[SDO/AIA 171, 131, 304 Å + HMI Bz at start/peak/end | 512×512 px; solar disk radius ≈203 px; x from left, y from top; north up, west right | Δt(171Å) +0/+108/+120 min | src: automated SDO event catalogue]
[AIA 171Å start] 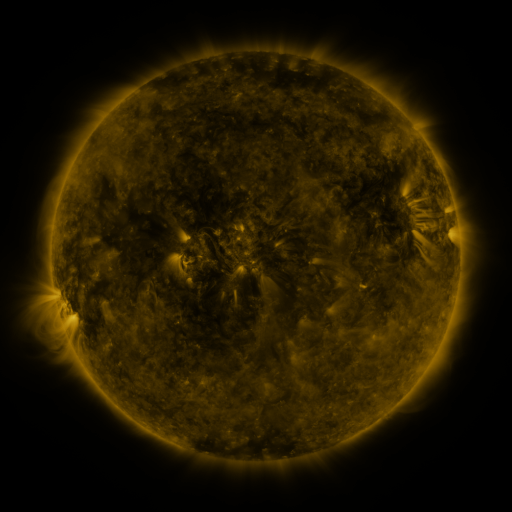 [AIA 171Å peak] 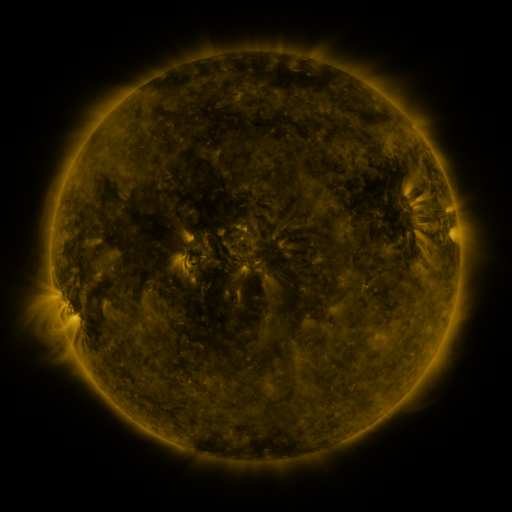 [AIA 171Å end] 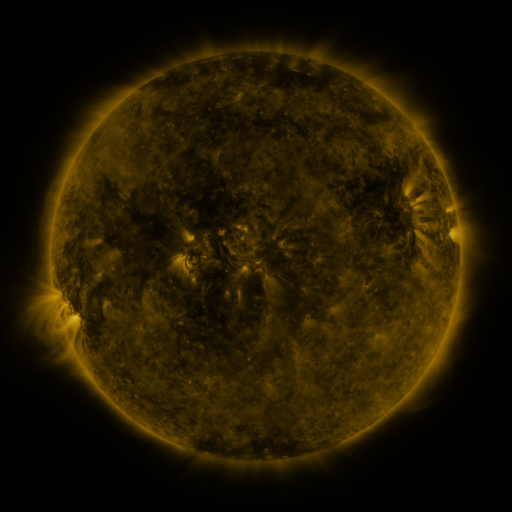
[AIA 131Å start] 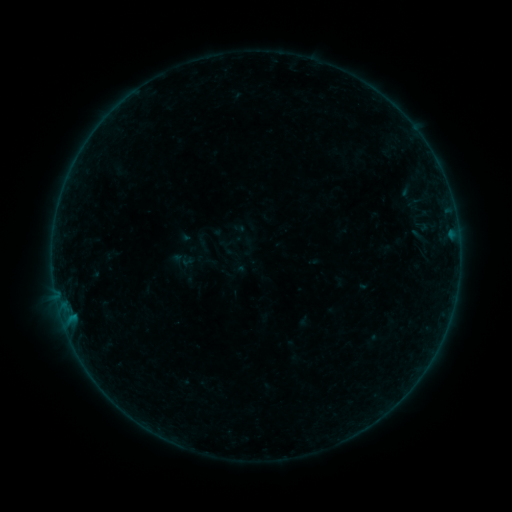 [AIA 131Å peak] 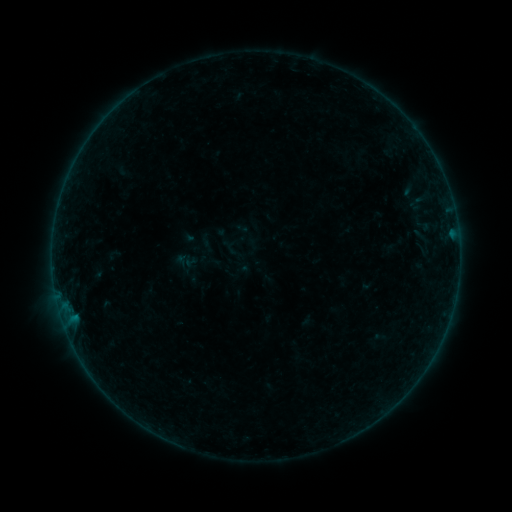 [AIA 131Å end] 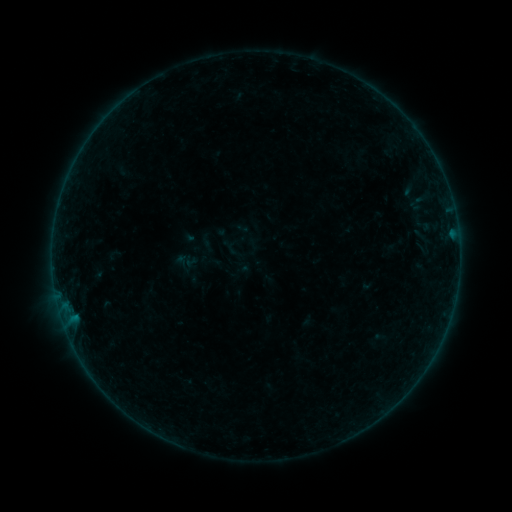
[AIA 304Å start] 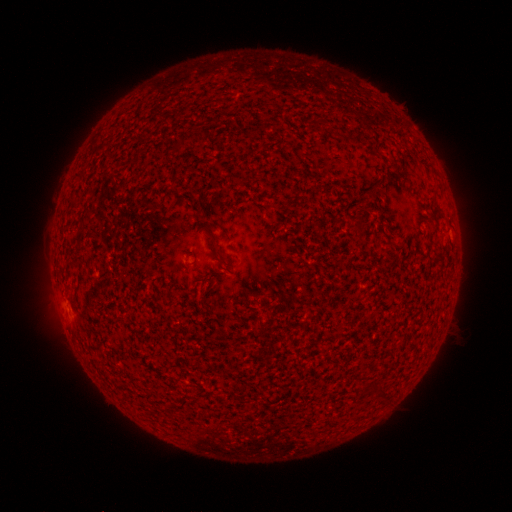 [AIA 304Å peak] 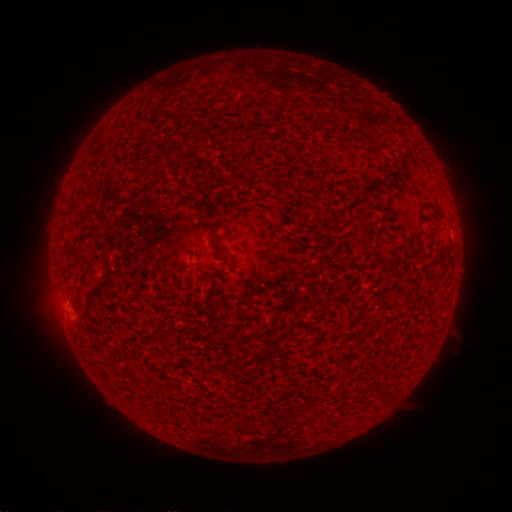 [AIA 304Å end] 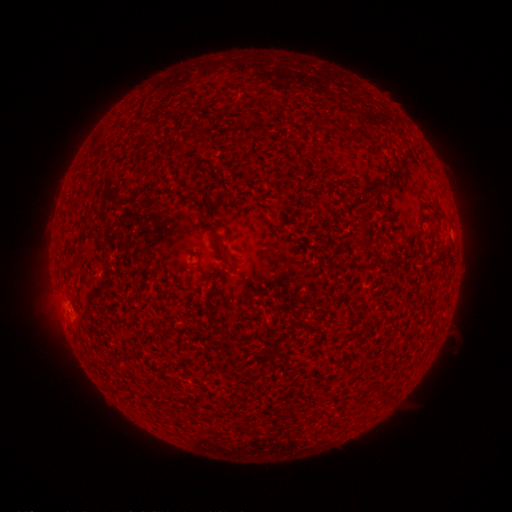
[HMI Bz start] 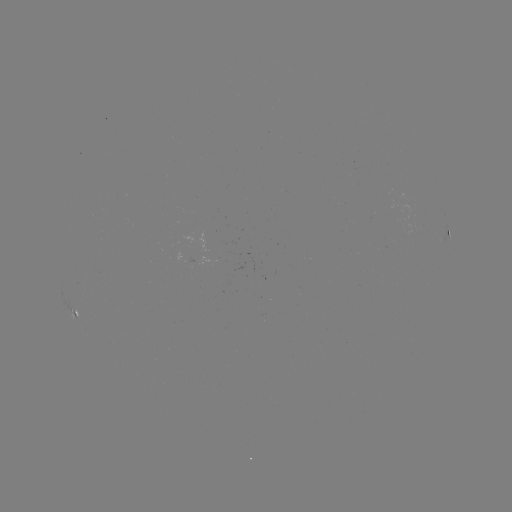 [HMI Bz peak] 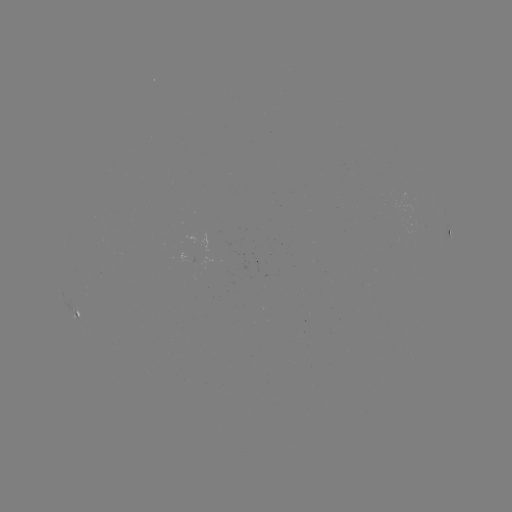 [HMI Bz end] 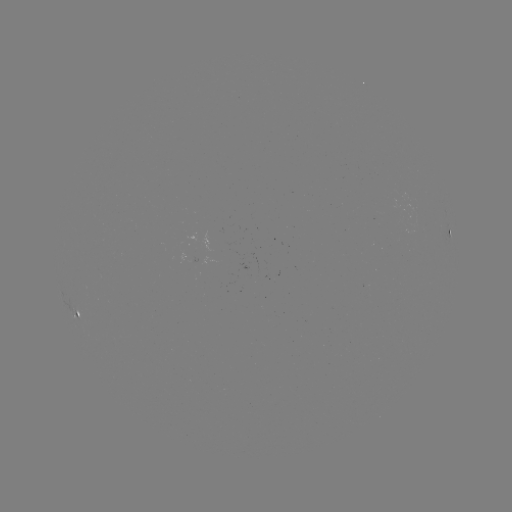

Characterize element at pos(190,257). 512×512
emerging-flux region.